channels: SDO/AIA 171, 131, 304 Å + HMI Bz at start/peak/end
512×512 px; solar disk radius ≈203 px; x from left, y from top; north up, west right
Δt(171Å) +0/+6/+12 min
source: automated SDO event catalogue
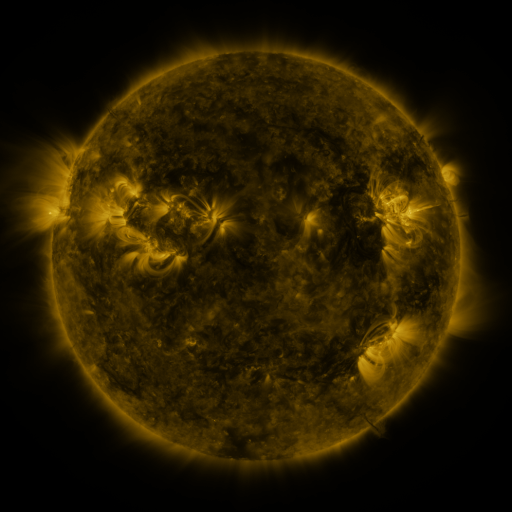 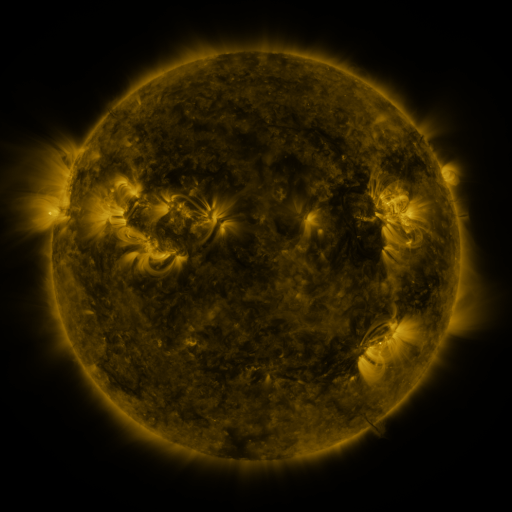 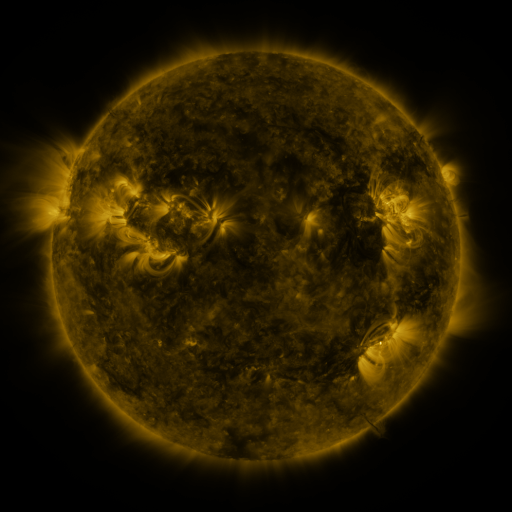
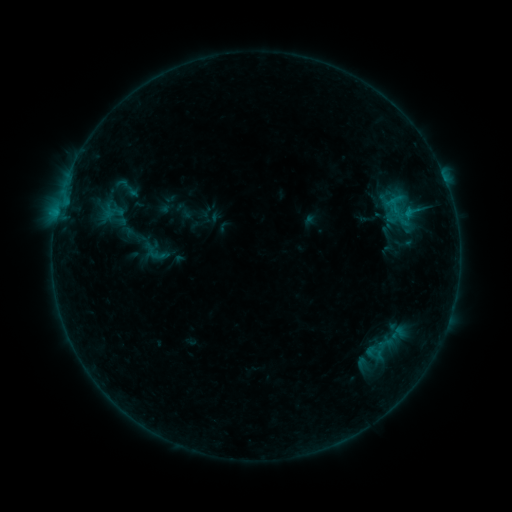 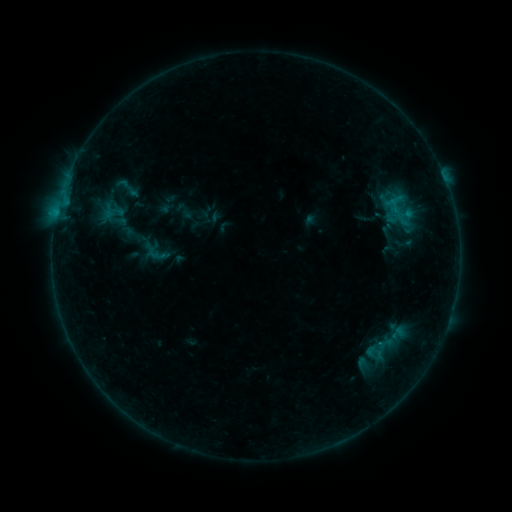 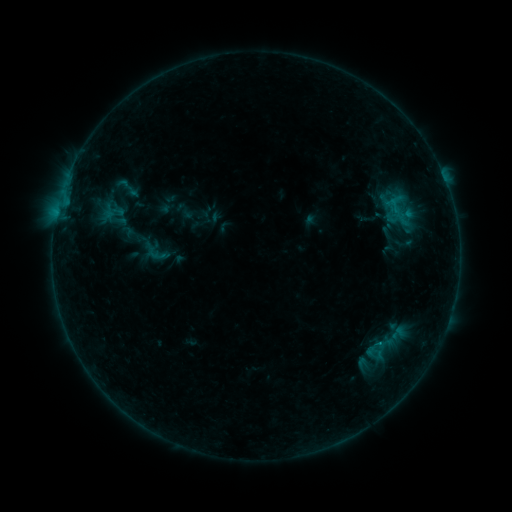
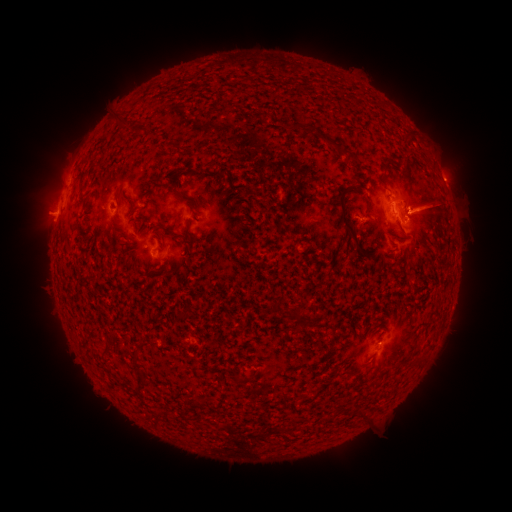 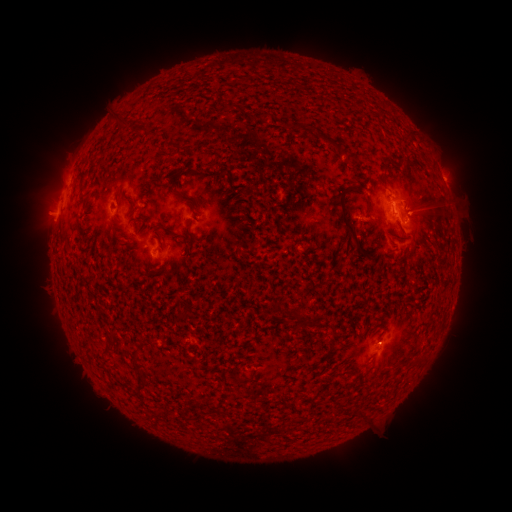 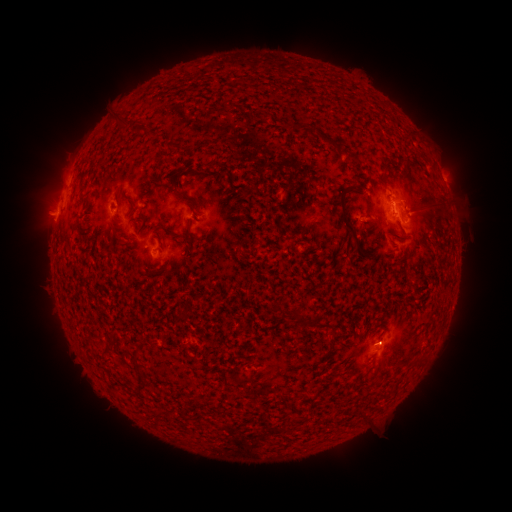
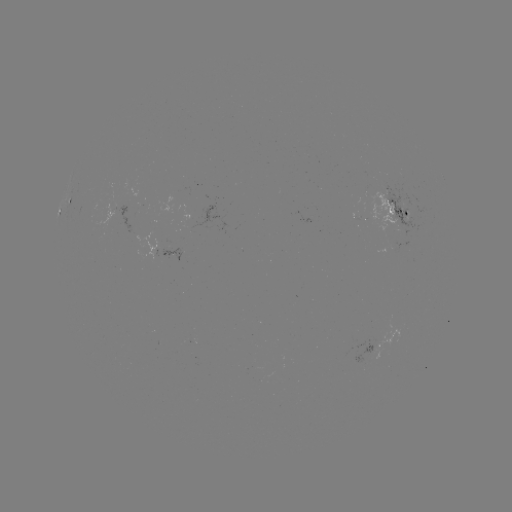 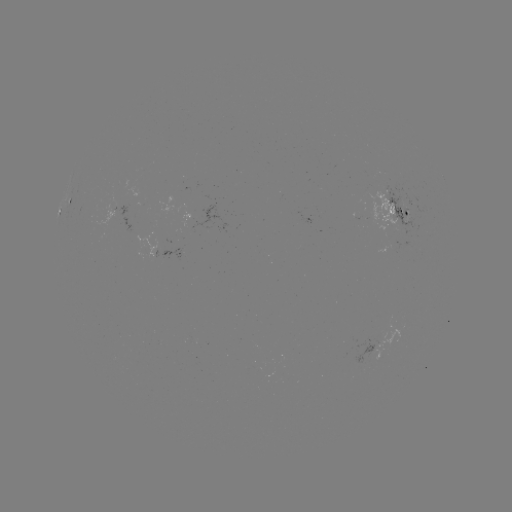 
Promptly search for B5.3 flare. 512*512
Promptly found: (392, 206).